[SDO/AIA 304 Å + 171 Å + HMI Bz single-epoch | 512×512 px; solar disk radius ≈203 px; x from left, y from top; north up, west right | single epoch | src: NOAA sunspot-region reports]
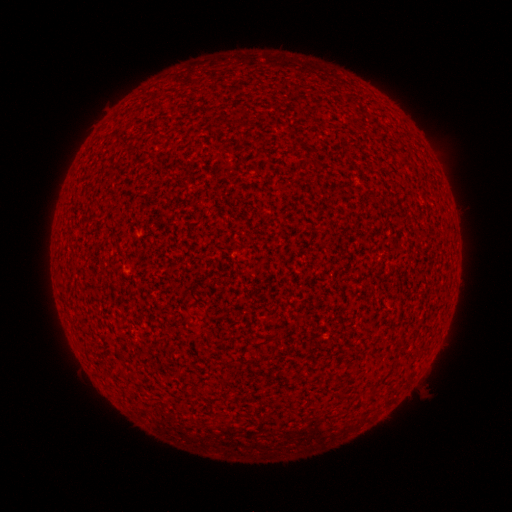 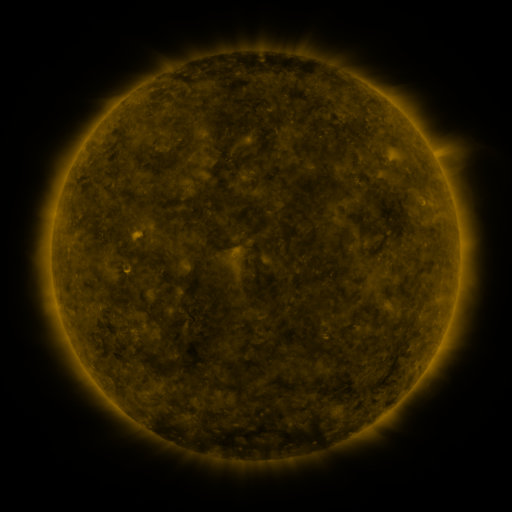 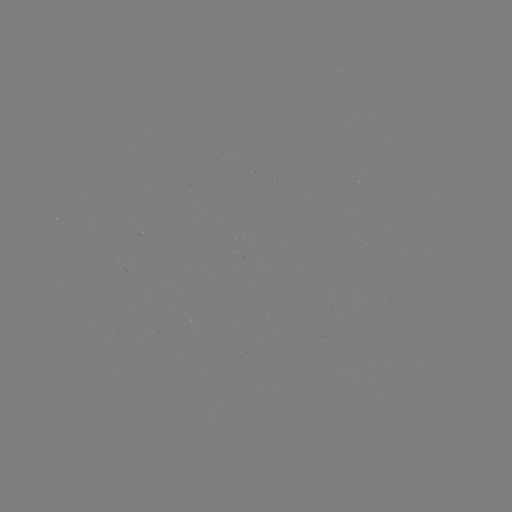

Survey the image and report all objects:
(none)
